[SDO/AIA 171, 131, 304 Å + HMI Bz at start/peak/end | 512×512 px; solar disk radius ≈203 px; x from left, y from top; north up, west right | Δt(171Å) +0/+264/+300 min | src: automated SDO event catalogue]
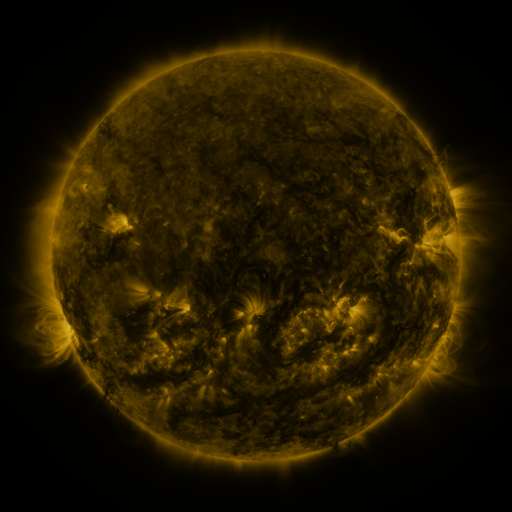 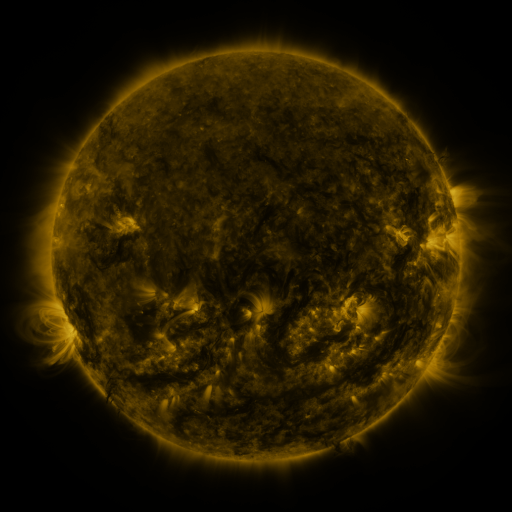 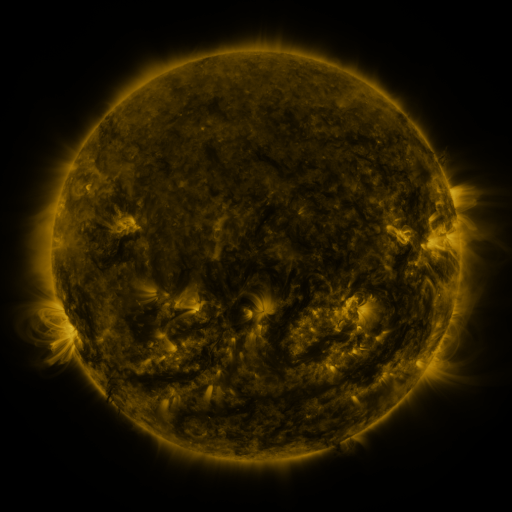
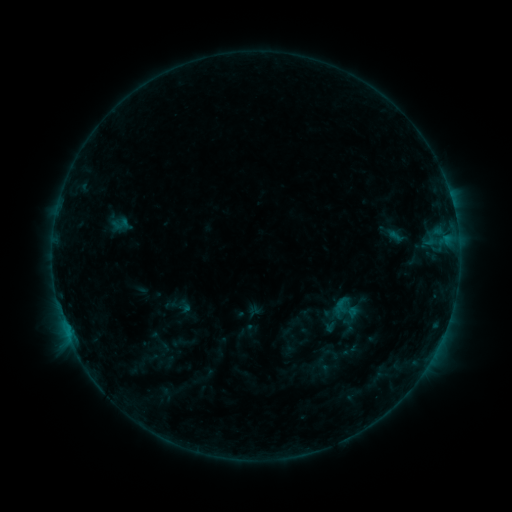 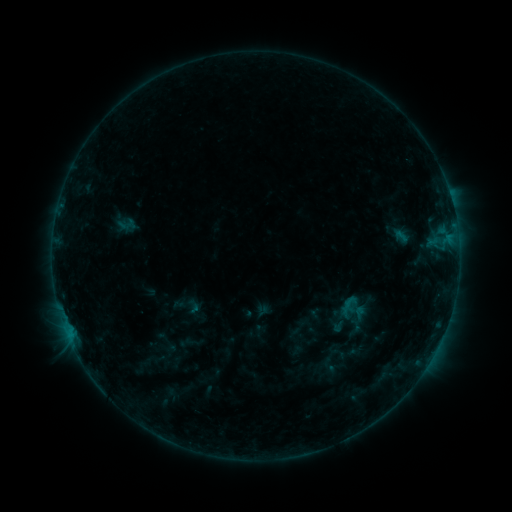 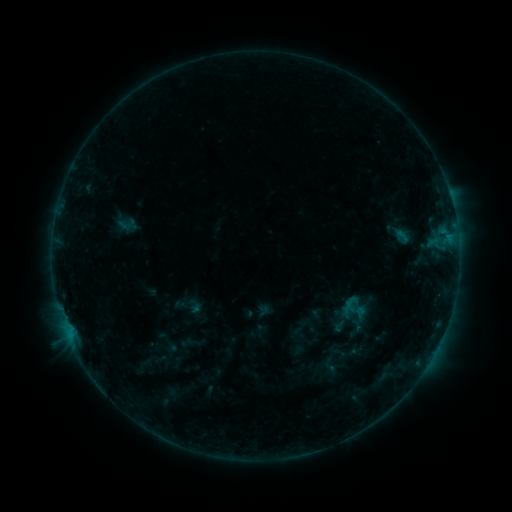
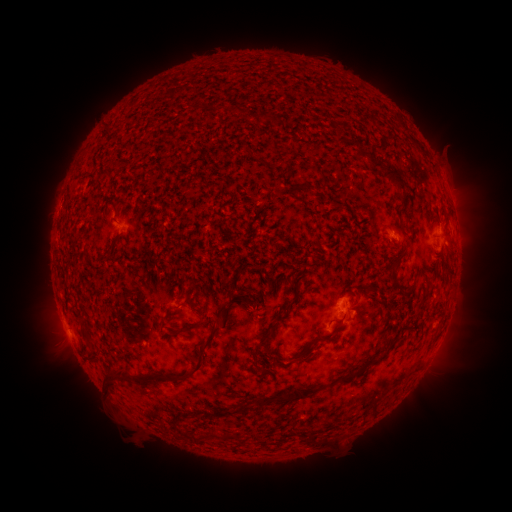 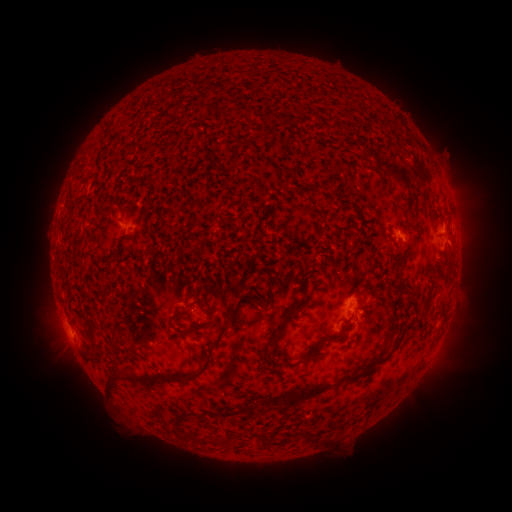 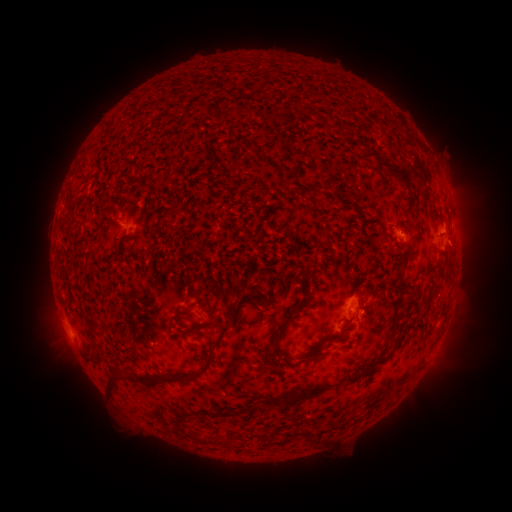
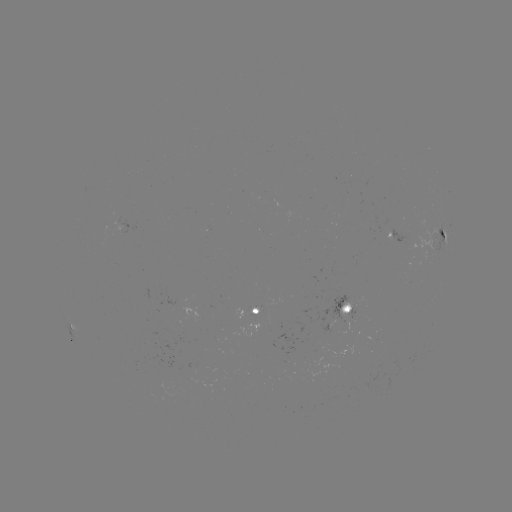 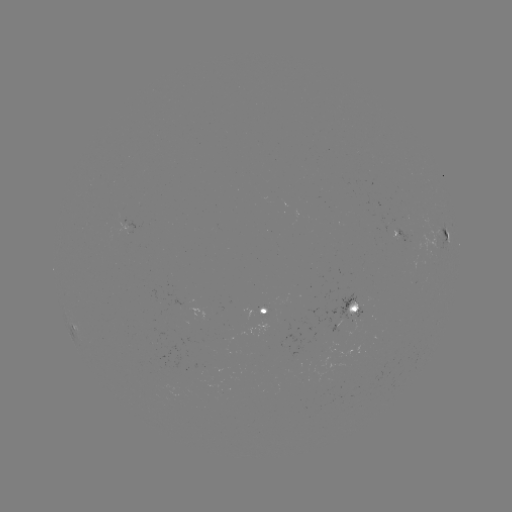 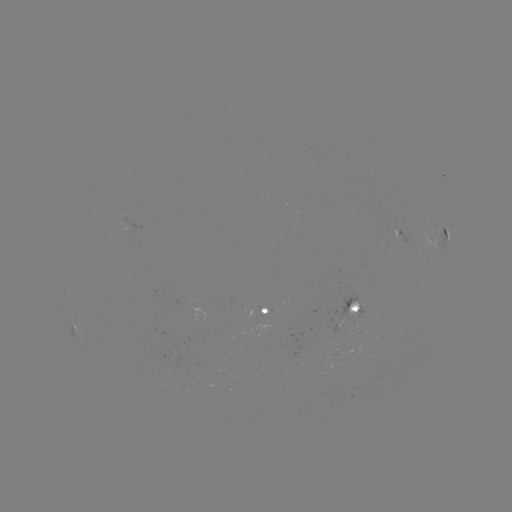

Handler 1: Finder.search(emerging-flux region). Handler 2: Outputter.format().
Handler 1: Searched emerging-flux region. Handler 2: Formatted [348, 313].